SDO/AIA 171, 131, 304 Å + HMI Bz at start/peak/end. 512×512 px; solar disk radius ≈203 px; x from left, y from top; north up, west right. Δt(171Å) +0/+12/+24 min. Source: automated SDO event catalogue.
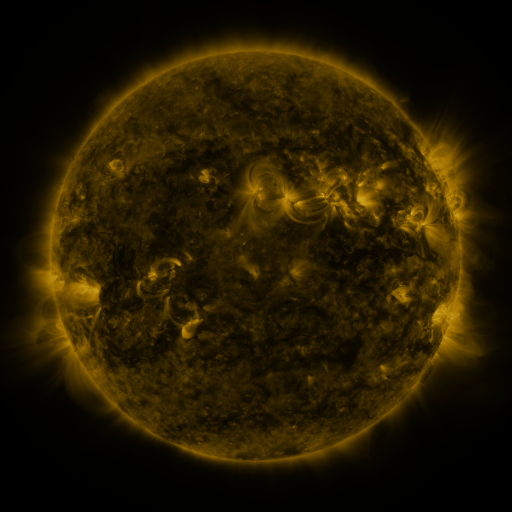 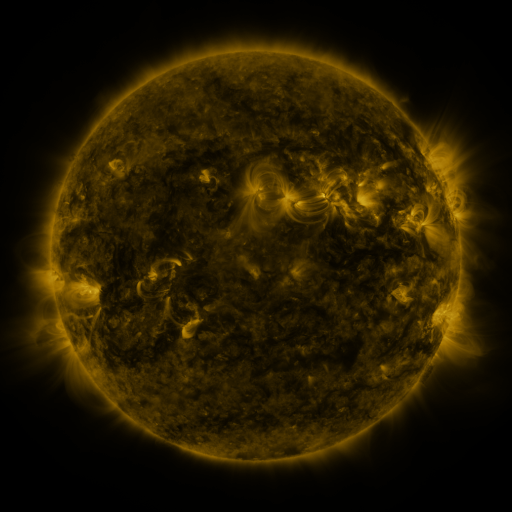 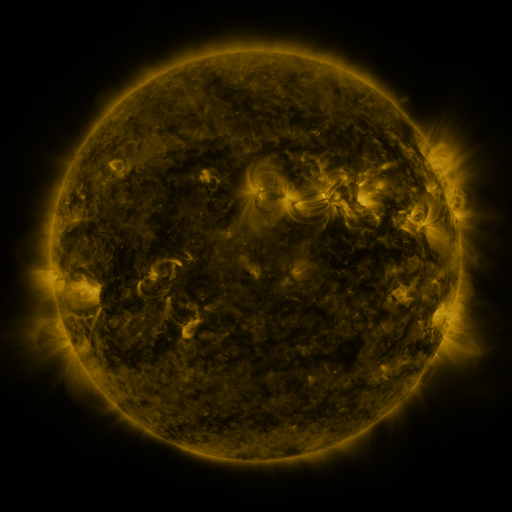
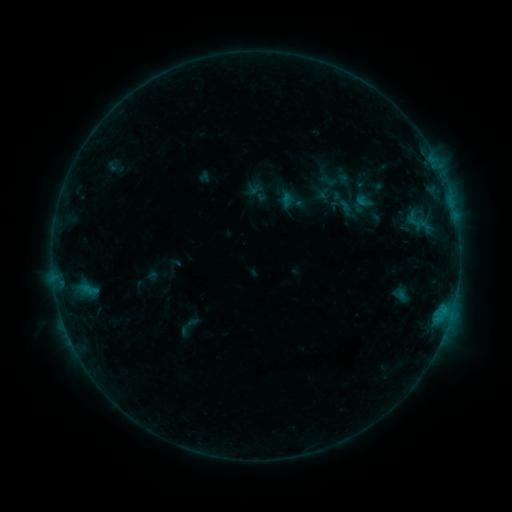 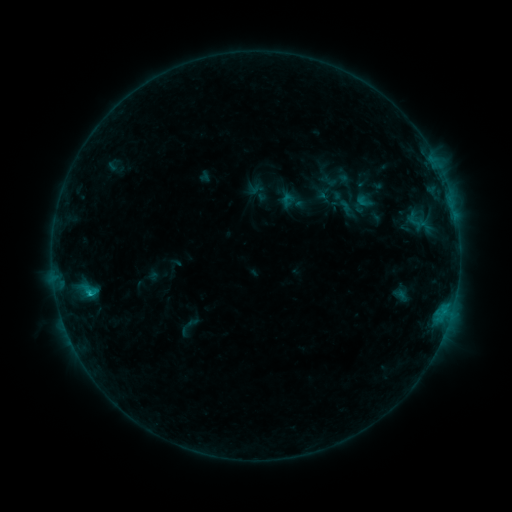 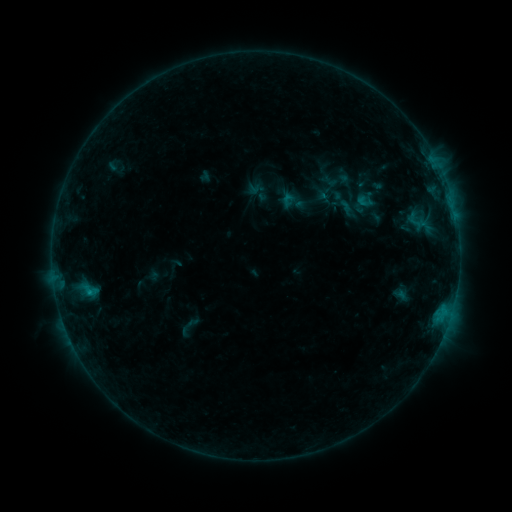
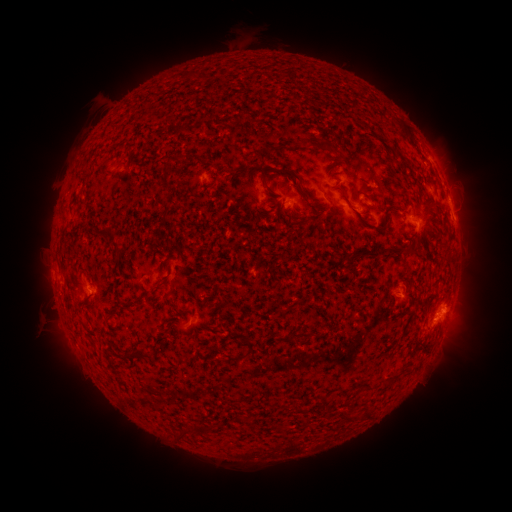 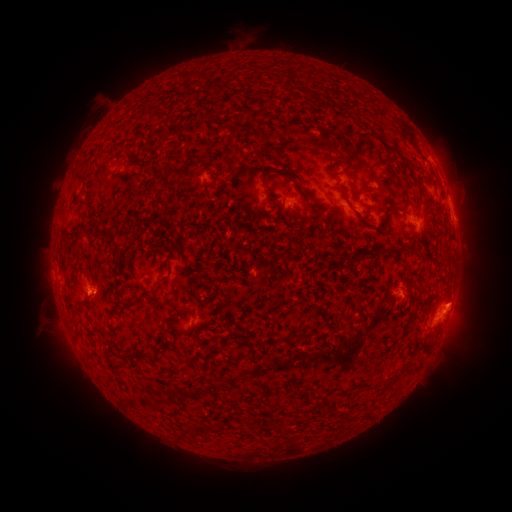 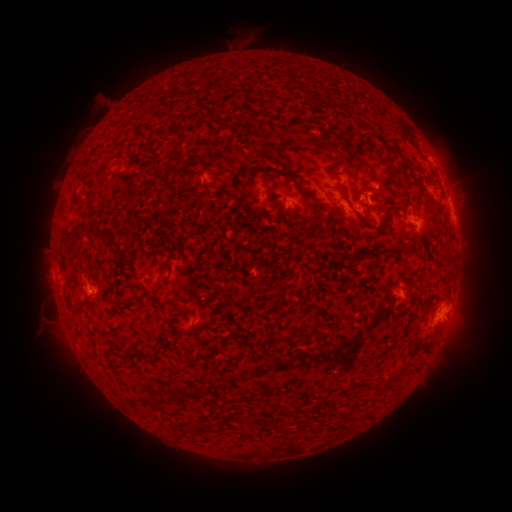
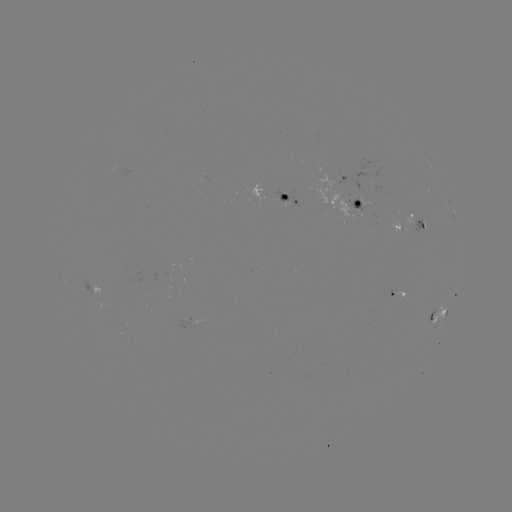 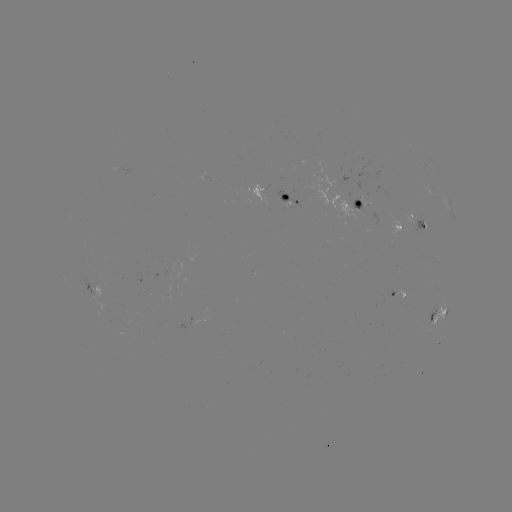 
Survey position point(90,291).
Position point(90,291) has B9.5 flare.